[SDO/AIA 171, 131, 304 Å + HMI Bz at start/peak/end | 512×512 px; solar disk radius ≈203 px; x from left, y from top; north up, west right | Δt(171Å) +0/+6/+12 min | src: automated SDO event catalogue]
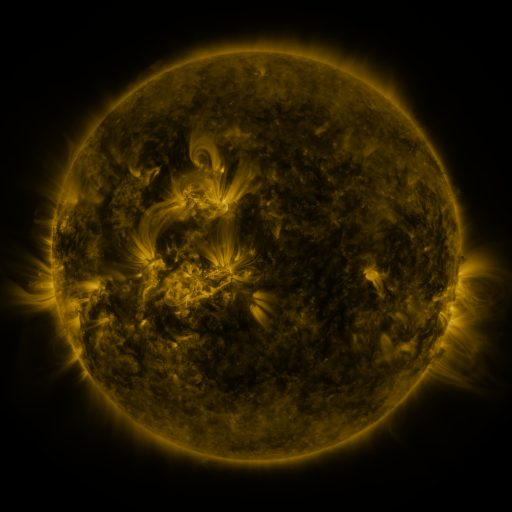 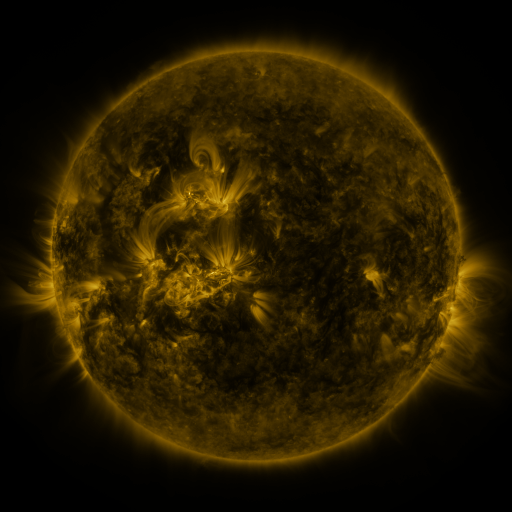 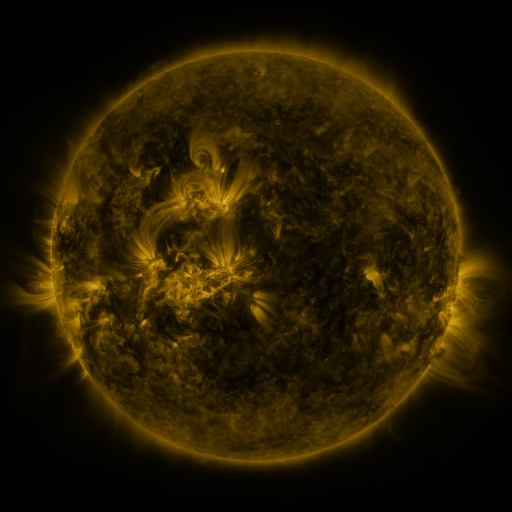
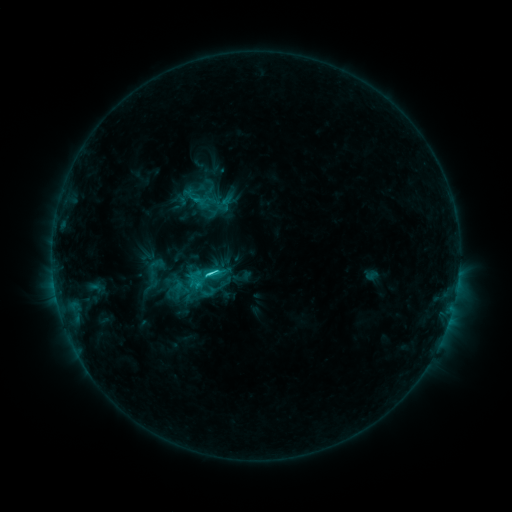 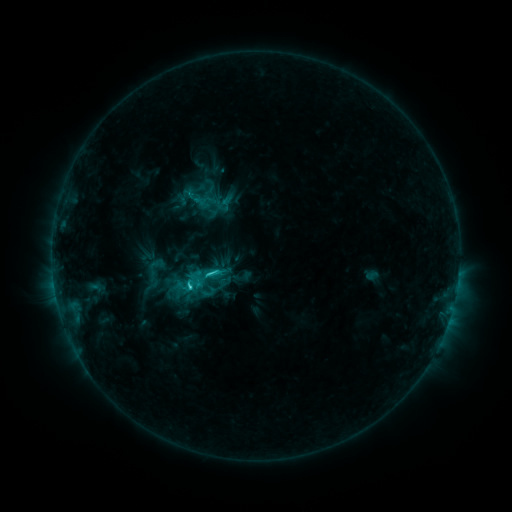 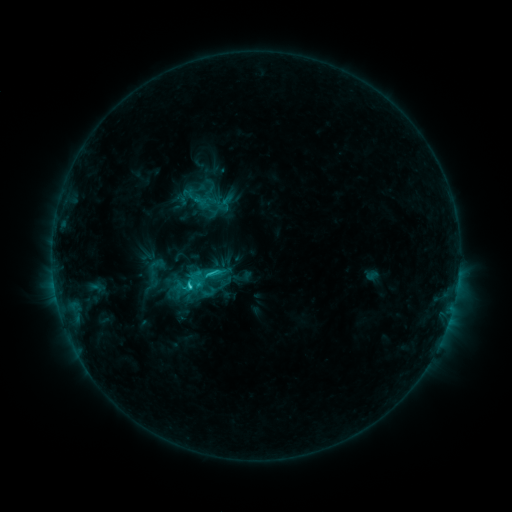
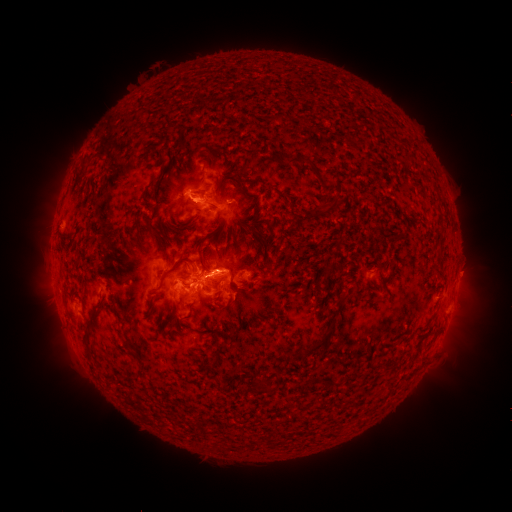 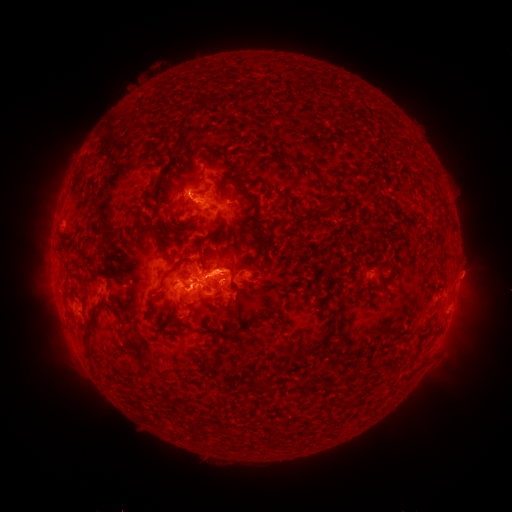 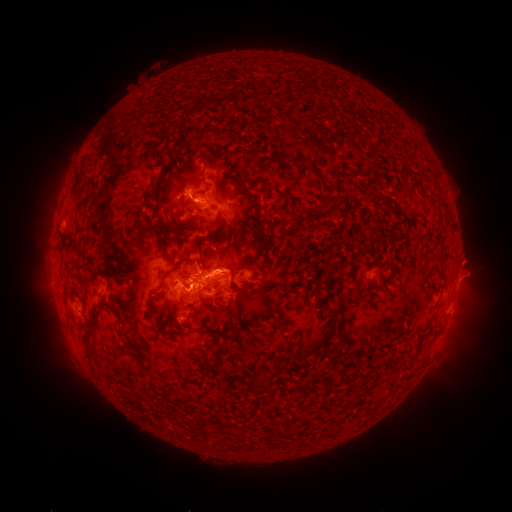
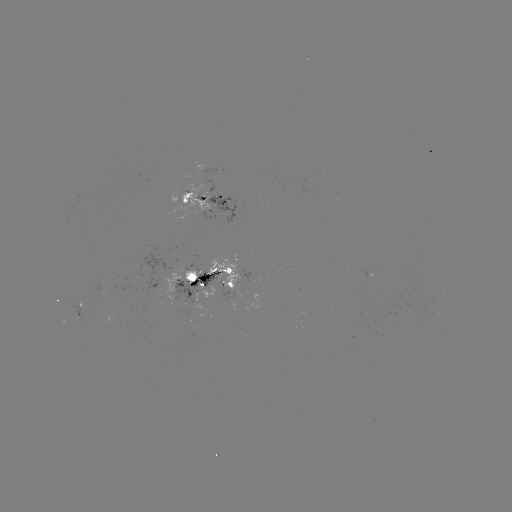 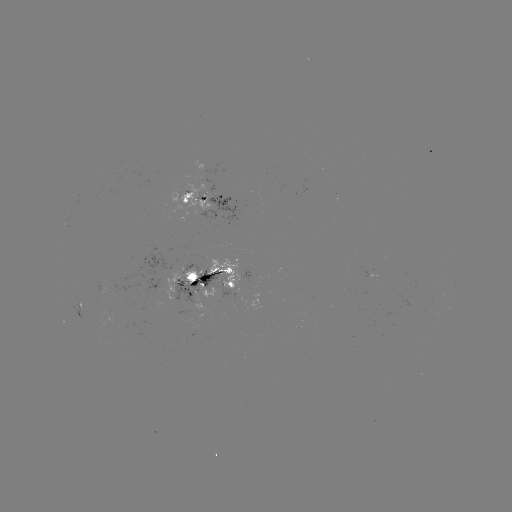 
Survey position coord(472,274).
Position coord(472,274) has eruption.